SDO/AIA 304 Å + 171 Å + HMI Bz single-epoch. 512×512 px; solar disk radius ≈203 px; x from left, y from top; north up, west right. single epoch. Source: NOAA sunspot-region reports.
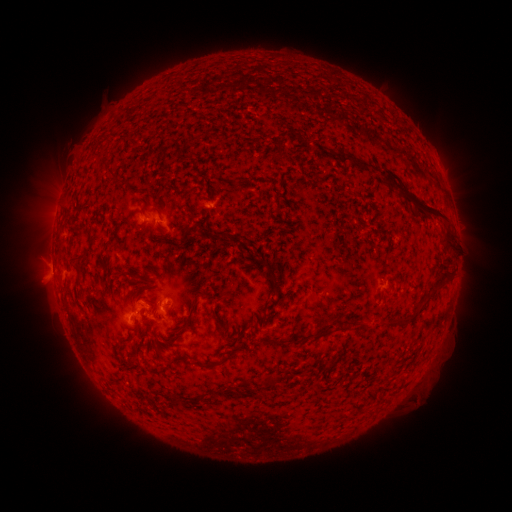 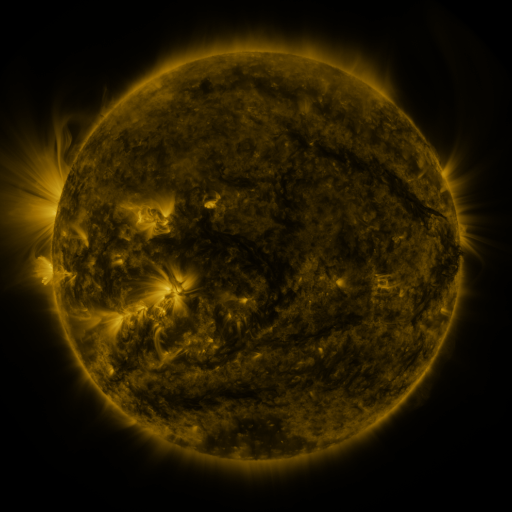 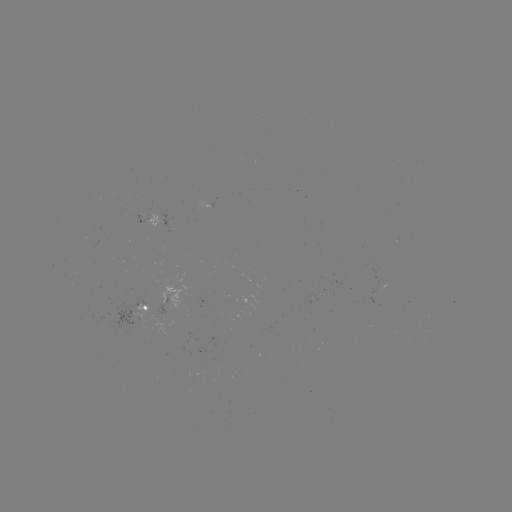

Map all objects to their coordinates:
spotted active region: (146, 221)
spotted active region: (146, 309)
